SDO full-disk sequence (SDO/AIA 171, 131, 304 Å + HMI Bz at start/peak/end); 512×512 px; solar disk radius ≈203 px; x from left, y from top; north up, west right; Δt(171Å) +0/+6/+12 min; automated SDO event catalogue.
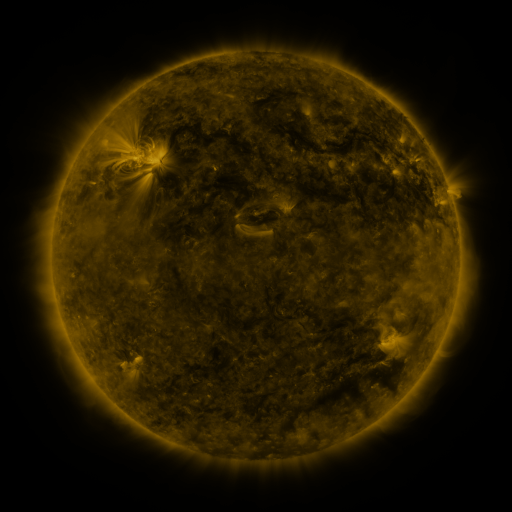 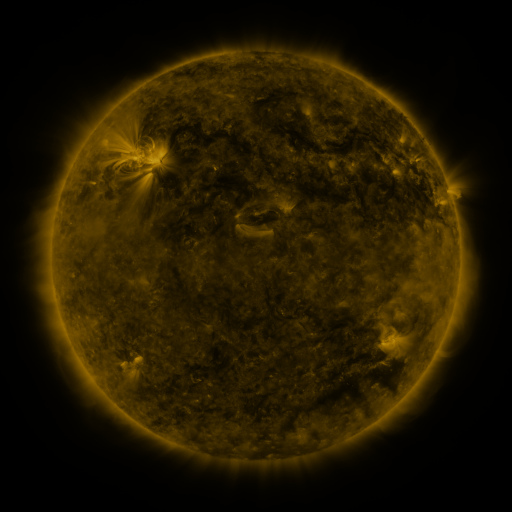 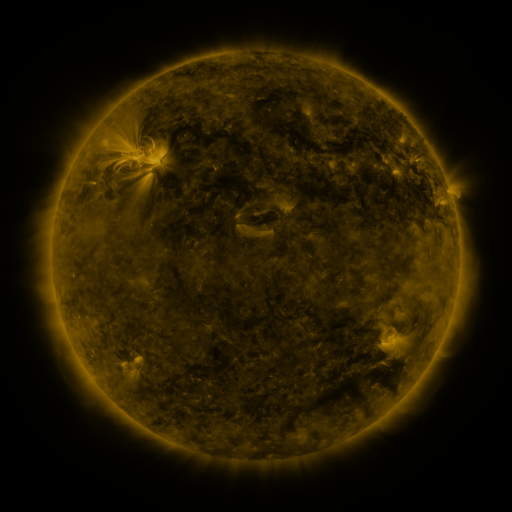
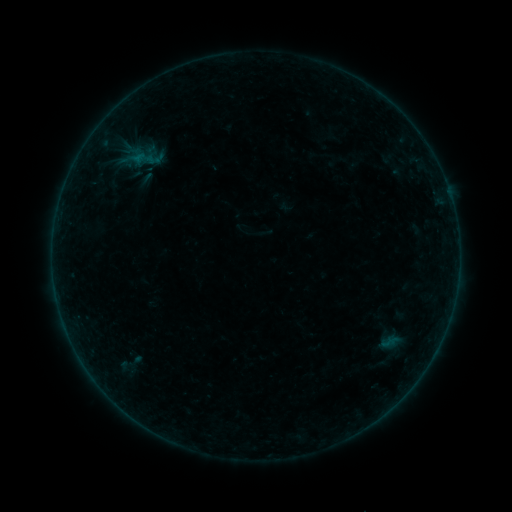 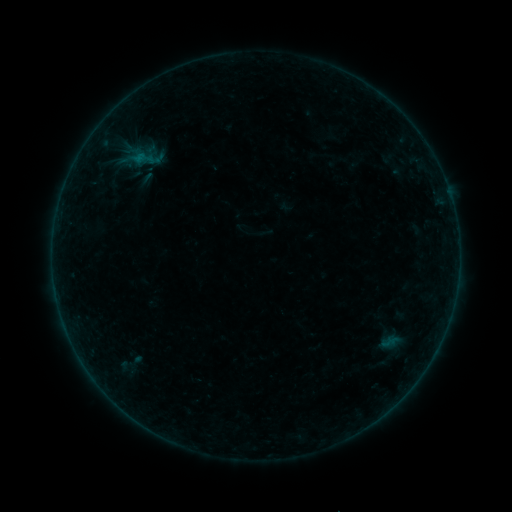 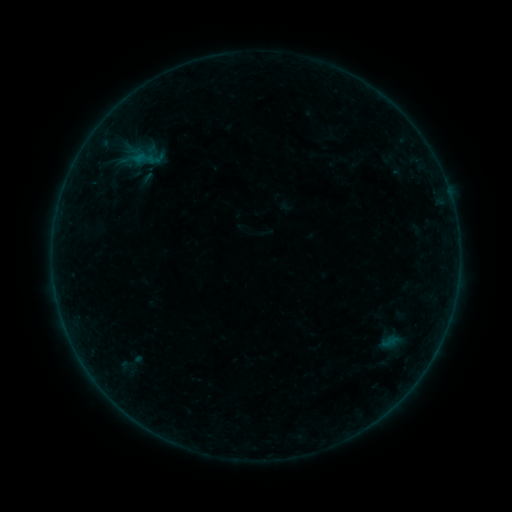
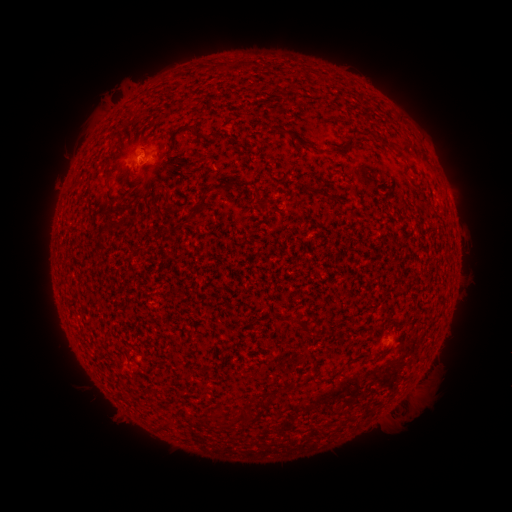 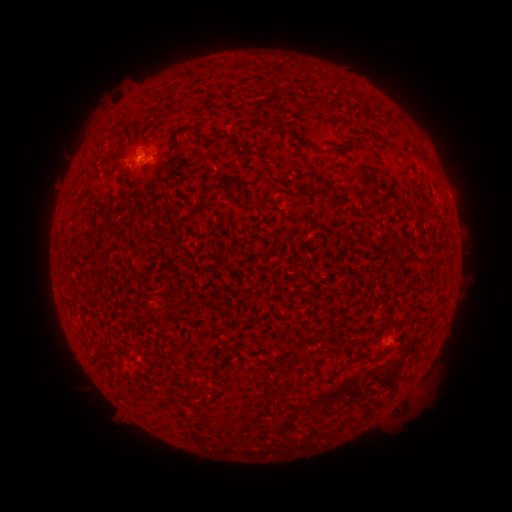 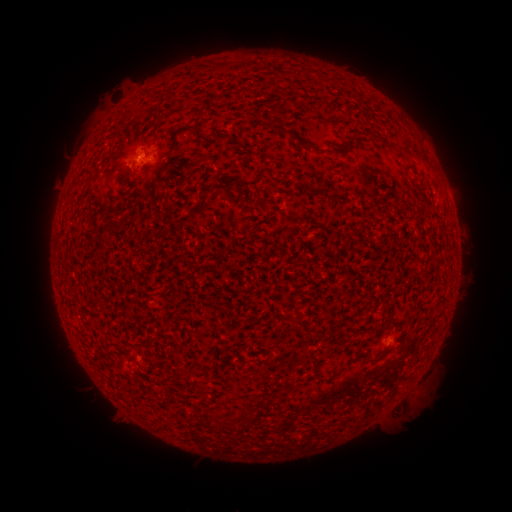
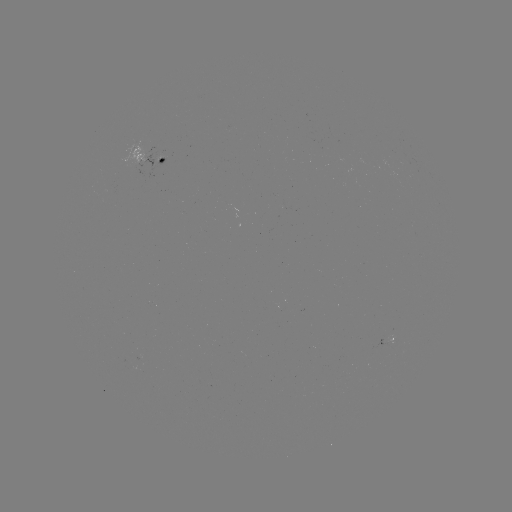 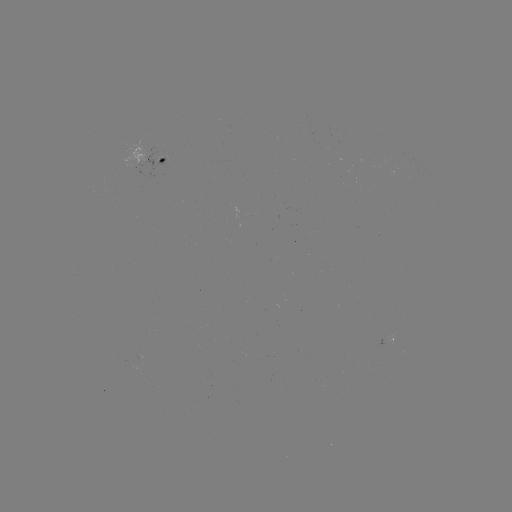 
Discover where B1.4 flare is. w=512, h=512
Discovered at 141,160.